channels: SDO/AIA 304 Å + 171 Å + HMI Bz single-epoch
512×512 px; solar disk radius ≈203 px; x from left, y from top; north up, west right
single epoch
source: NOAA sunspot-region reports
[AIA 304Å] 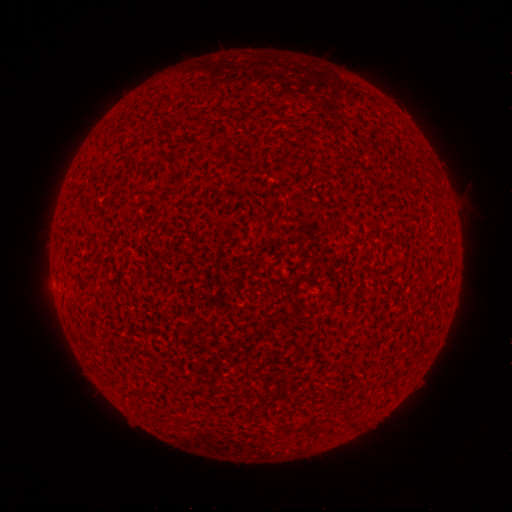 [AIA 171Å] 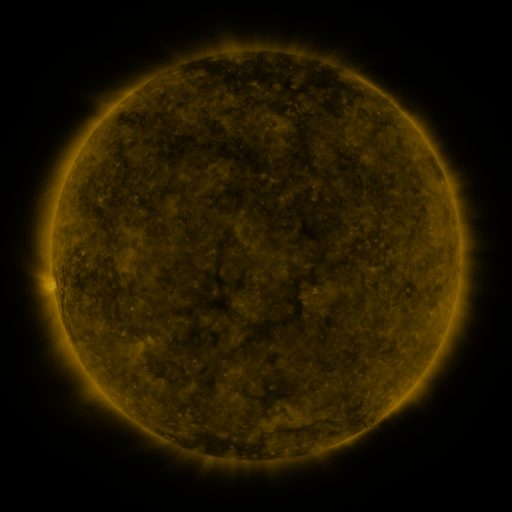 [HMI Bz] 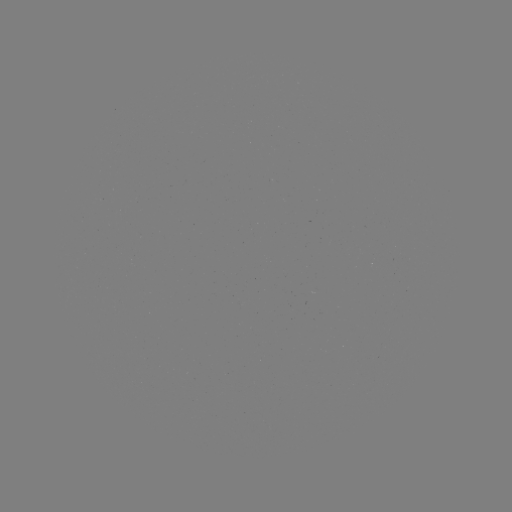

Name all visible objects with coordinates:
(none)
